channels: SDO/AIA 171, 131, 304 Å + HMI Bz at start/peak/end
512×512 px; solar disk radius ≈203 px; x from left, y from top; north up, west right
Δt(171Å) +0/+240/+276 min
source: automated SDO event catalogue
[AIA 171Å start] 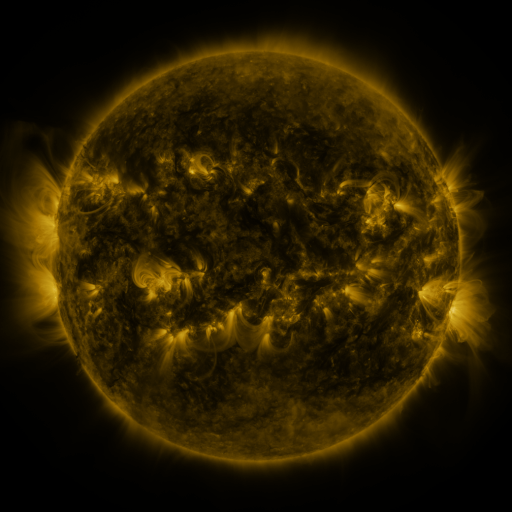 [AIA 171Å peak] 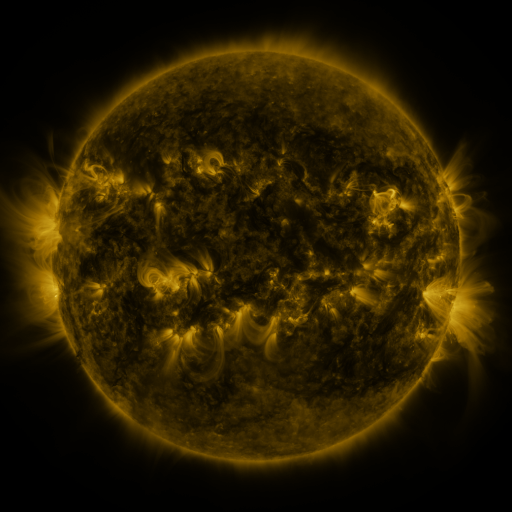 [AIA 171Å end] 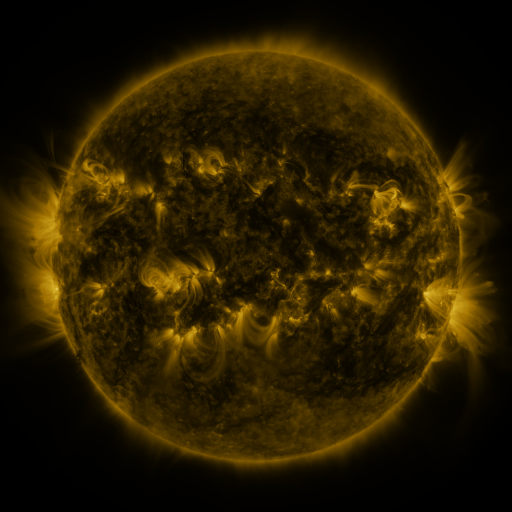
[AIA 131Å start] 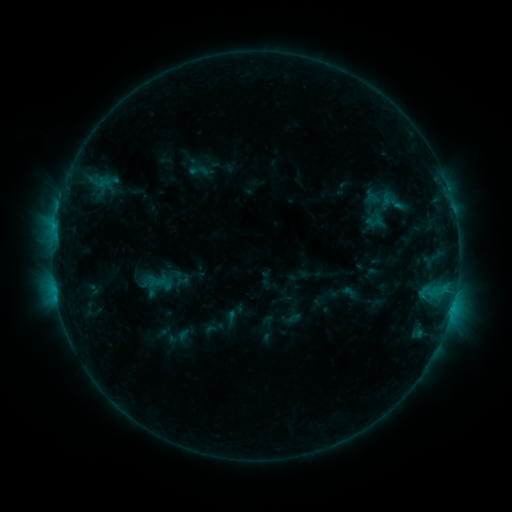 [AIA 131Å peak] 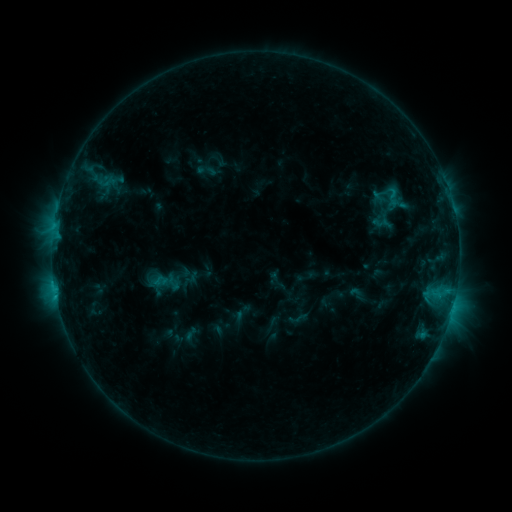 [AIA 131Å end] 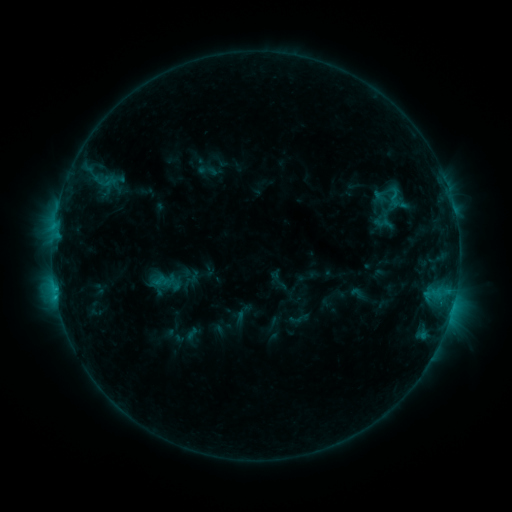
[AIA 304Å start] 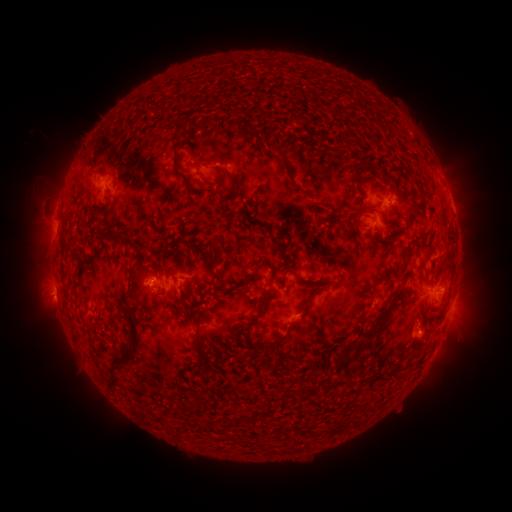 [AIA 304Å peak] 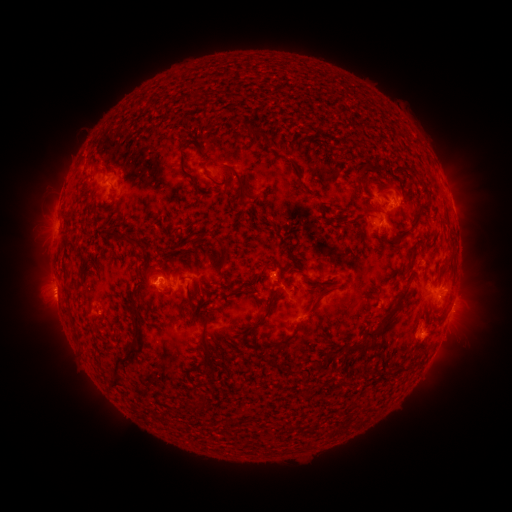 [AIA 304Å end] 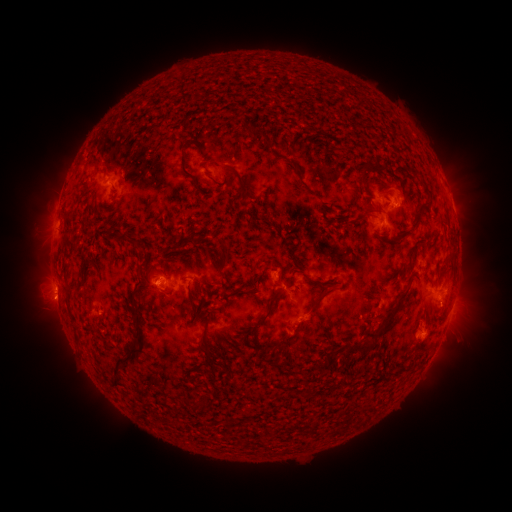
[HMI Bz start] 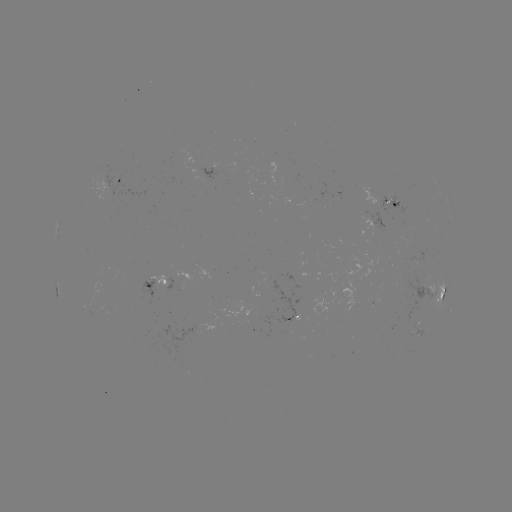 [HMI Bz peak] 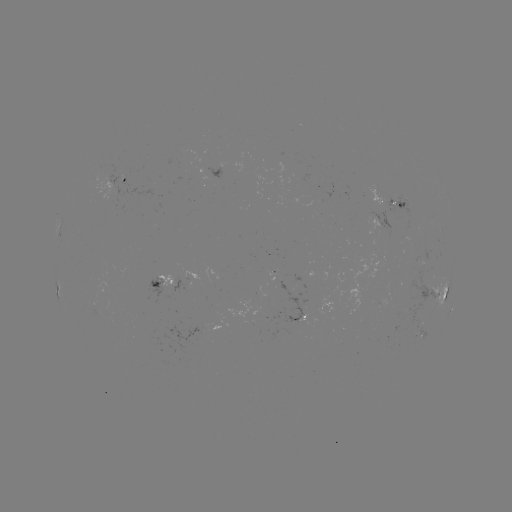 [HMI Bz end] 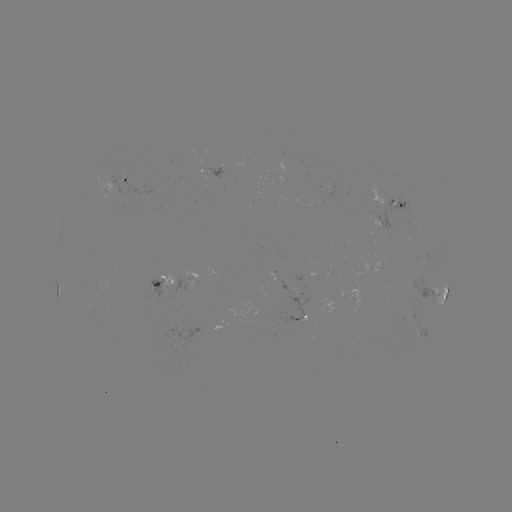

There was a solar emerging-flux region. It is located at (211, 174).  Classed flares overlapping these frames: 2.